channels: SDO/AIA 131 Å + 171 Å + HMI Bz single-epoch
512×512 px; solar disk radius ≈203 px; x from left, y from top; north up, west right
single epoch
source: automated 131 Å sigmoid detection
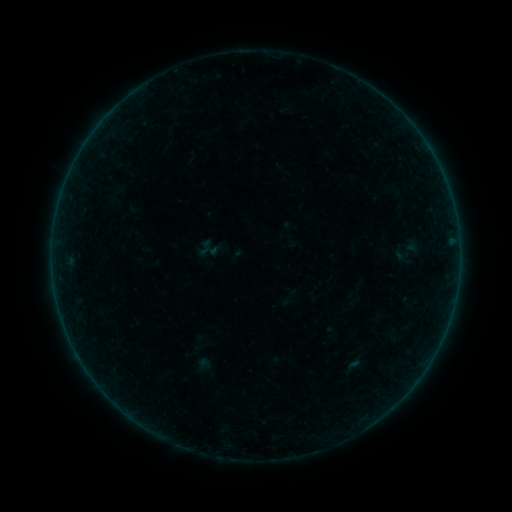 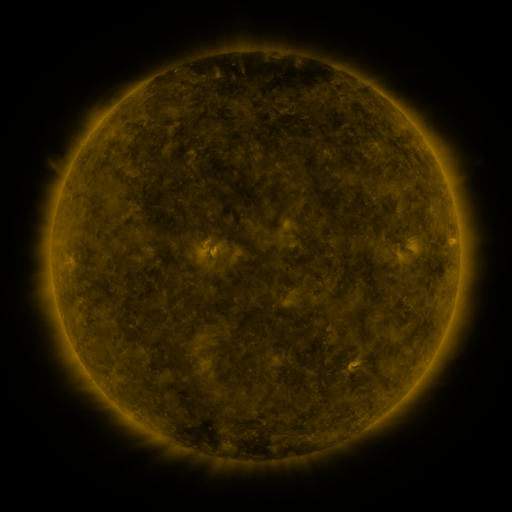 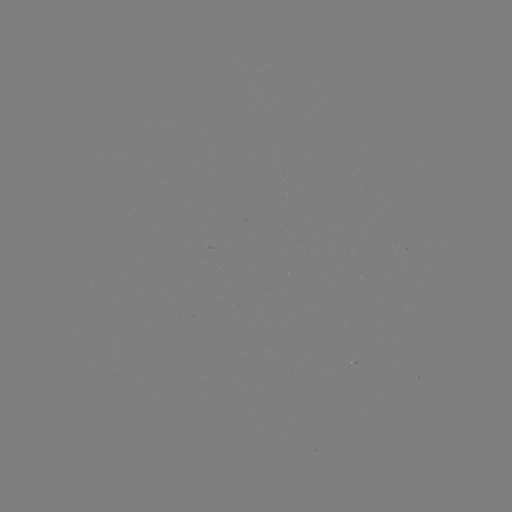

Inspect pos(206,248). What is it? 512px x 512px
sigmoid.